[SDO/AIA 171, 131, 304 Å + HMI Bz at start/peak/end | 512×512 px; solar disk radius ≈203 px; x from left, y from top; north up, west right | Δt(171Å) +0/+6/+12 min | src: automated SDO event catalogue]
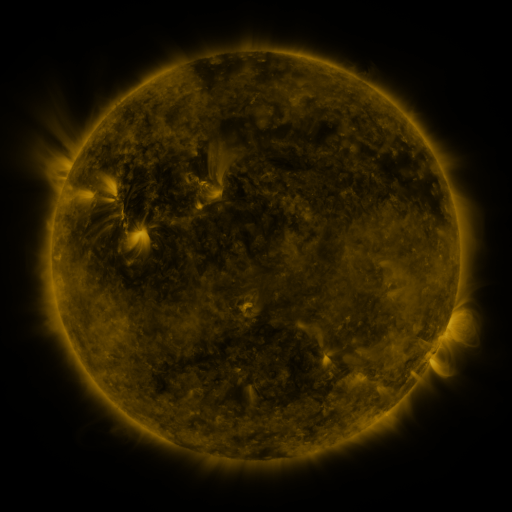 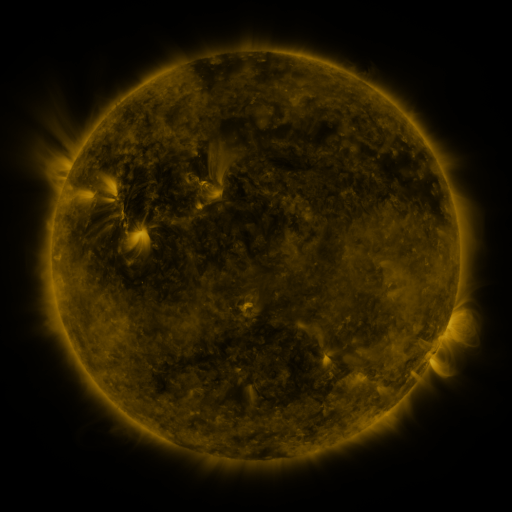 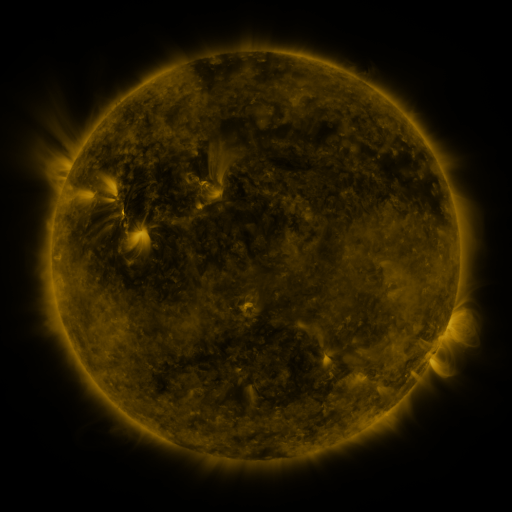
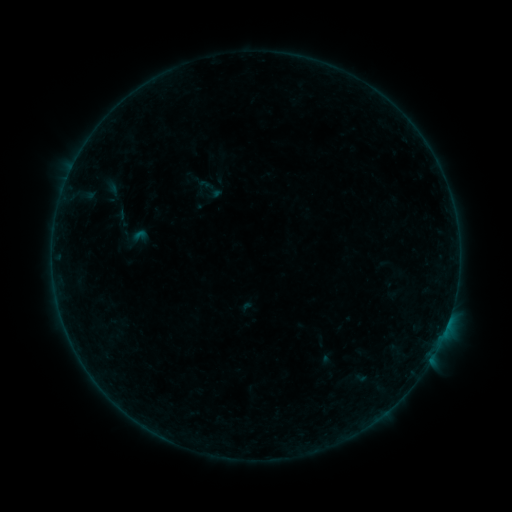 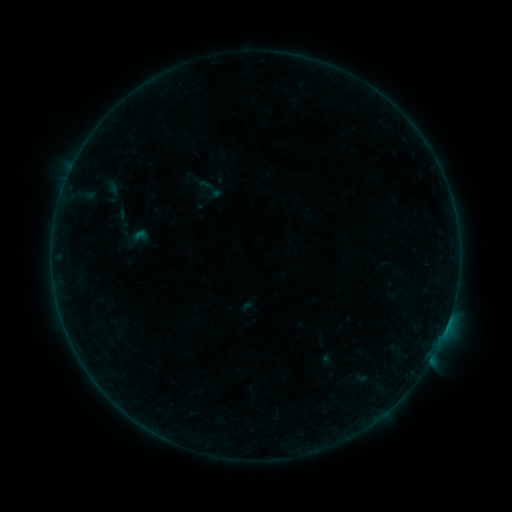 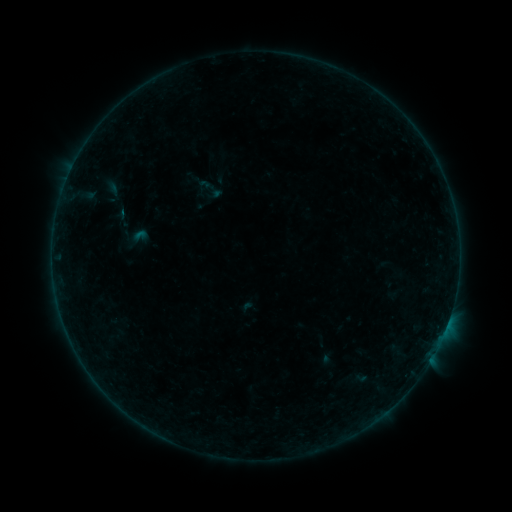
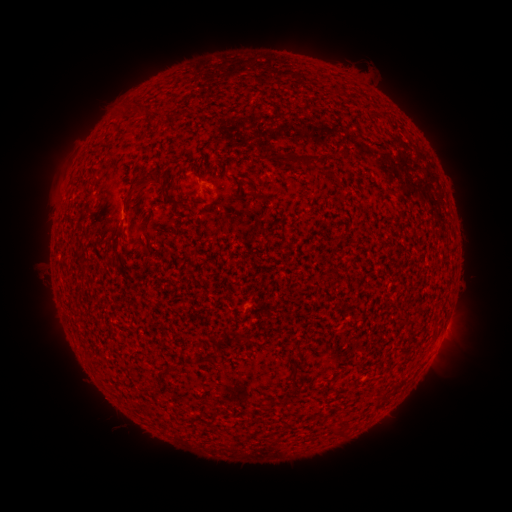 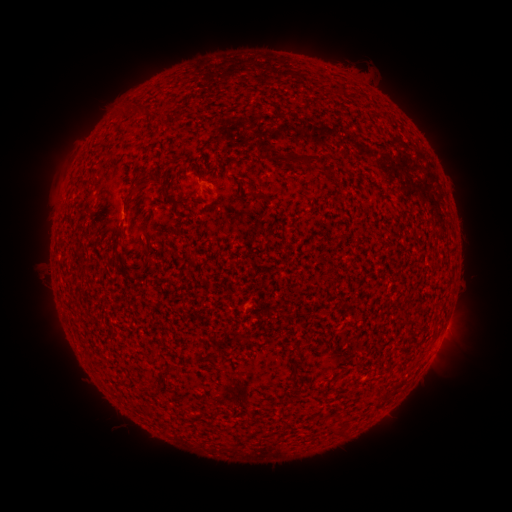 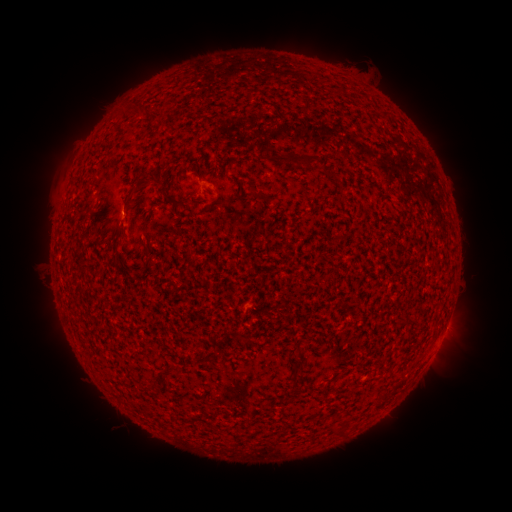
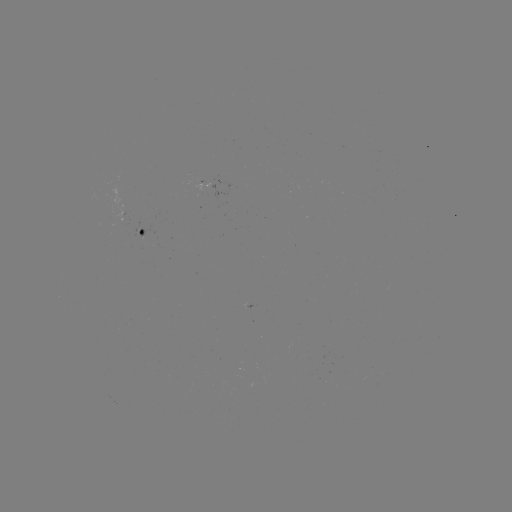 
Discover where B1.1 flare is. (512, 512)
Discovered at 446,326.